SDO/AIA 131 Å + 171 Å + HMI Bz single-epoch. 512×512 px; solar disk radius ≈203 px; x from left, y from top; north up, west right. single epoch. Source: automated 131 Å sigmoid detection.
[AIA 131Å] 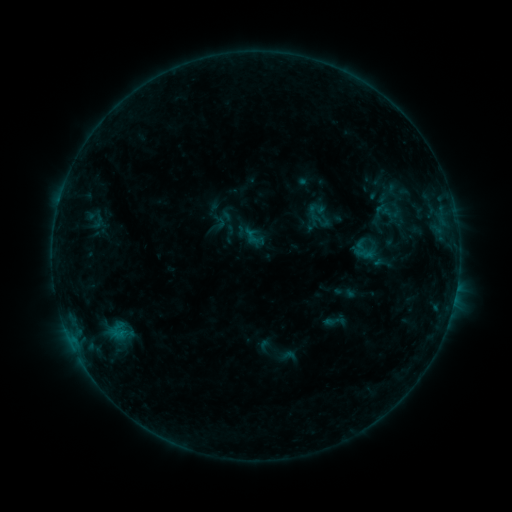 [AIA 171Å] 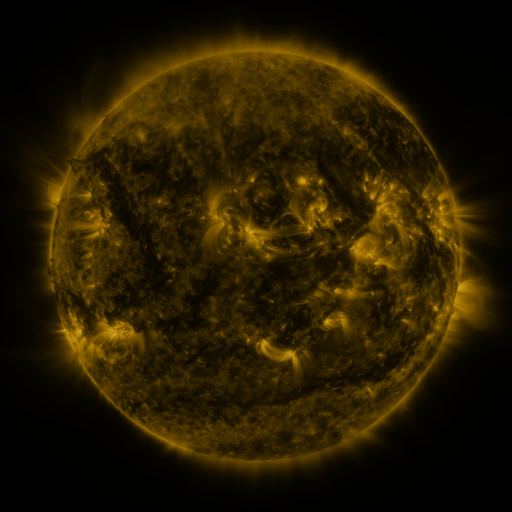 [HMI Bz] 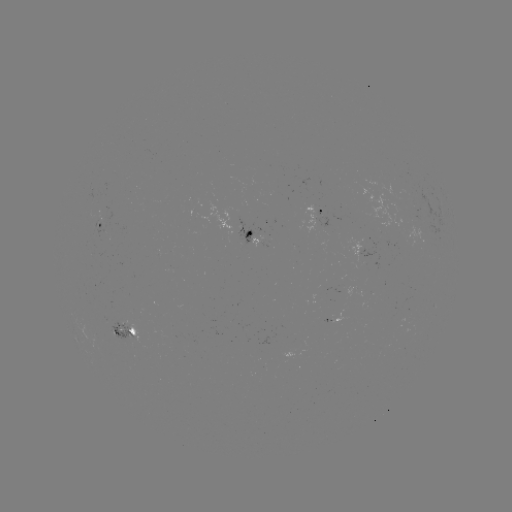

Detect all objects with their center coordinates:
sigmoid: (336, 321)
sigmoid: (119, 331)
